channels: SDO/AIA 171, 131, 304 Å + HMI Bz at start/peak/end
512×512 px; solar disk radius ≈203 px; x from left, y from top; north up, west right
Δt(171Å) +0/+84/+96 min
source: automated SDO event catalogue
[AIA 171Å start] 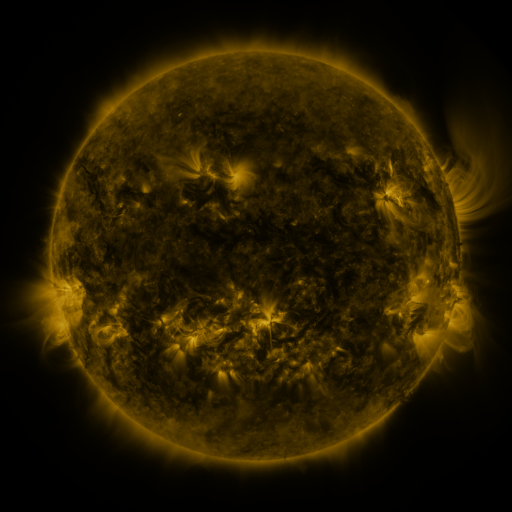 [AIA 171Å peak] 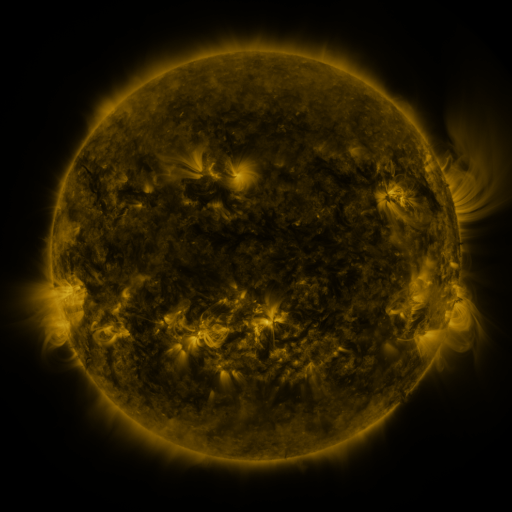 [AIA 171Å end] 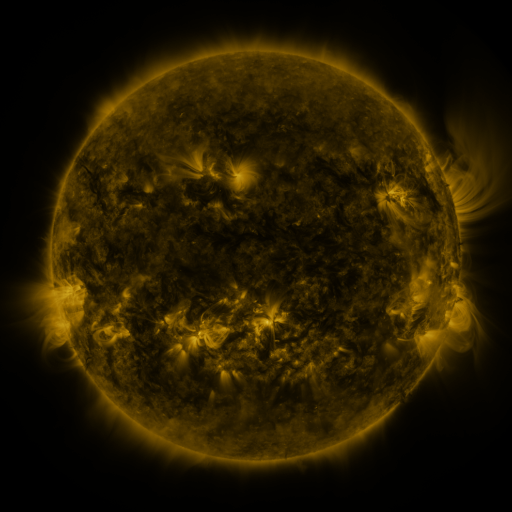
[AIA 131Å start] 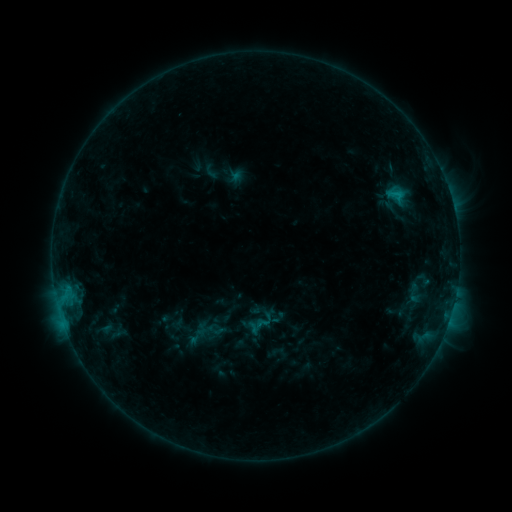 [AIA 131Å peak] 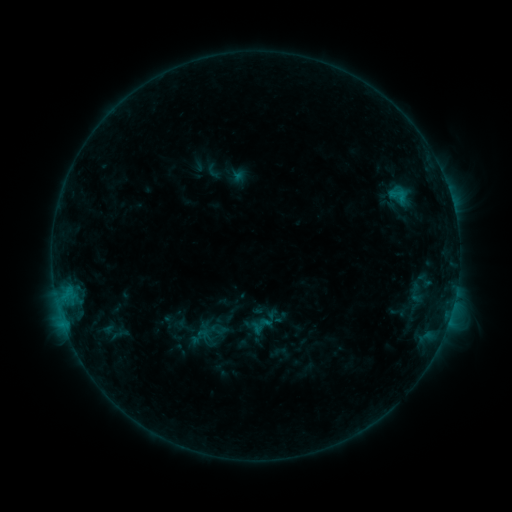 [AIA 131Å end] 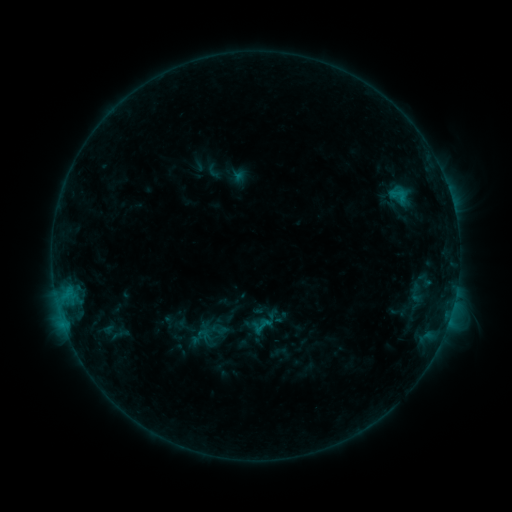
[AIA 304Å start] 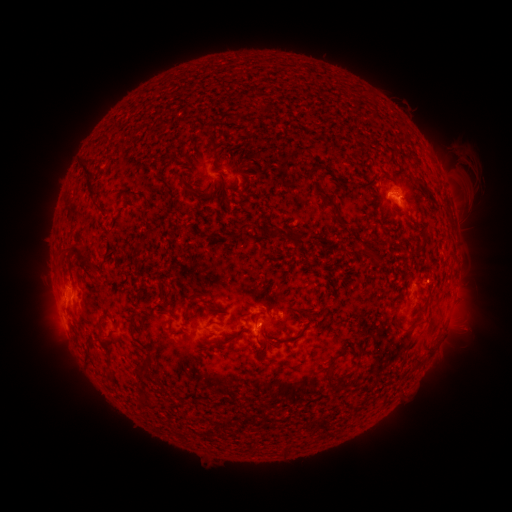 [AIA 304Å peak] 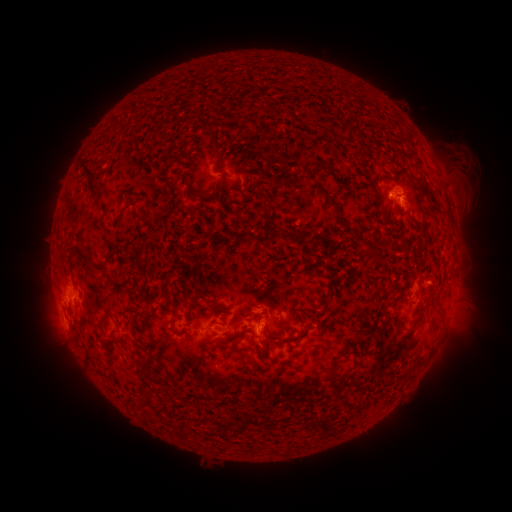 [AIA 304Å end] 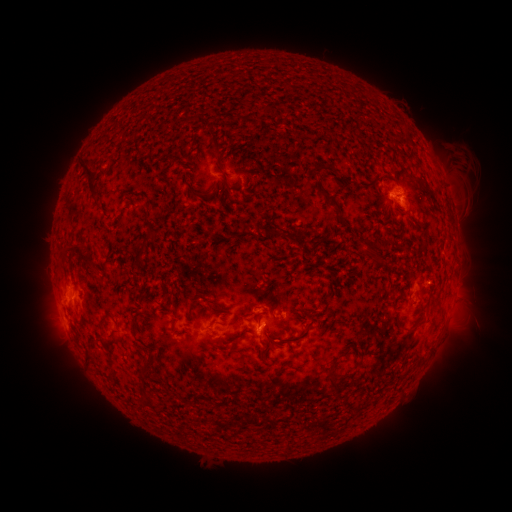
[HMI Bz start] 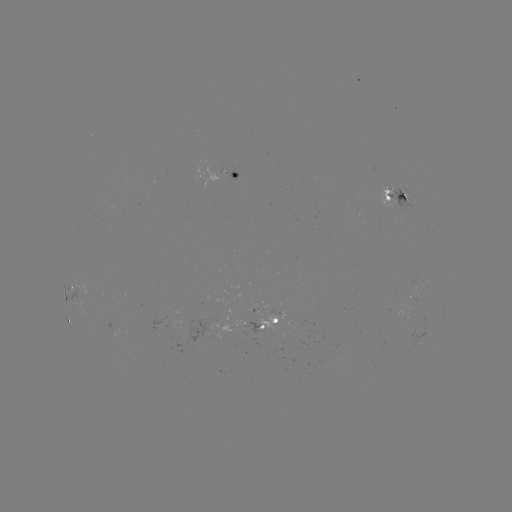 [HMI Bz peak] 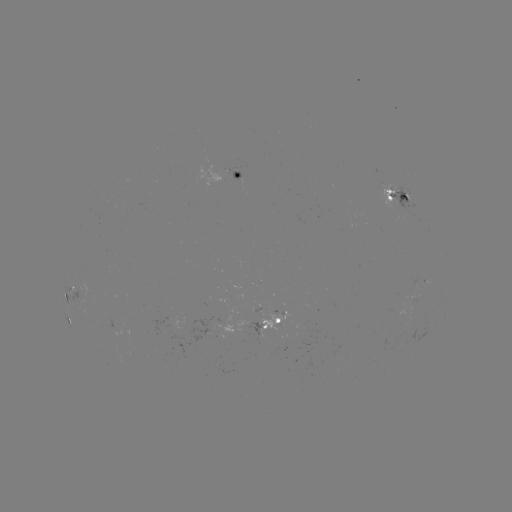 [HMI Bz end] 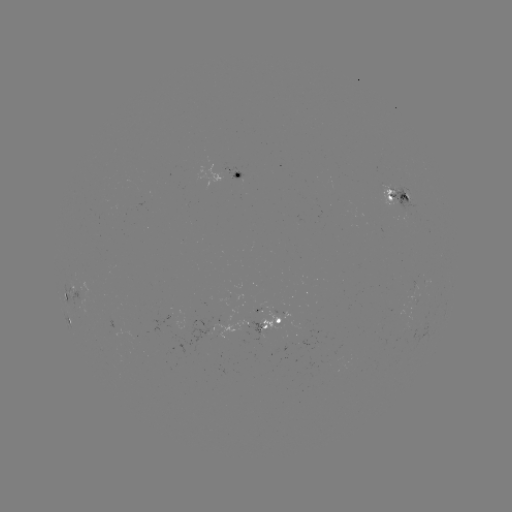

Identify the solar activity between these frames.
emerging-flux region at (400, 206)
